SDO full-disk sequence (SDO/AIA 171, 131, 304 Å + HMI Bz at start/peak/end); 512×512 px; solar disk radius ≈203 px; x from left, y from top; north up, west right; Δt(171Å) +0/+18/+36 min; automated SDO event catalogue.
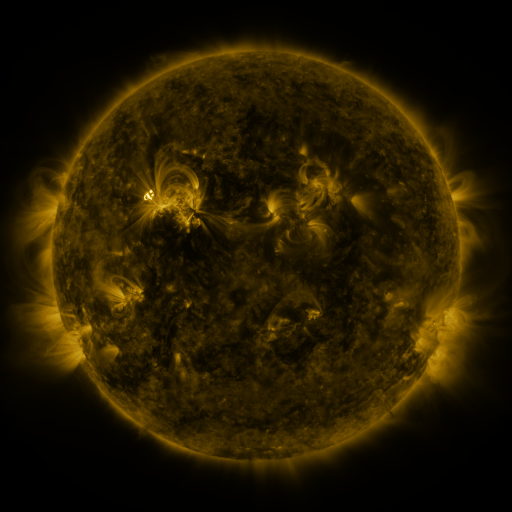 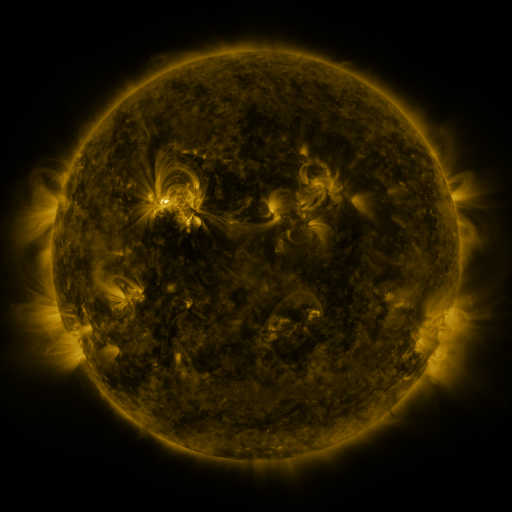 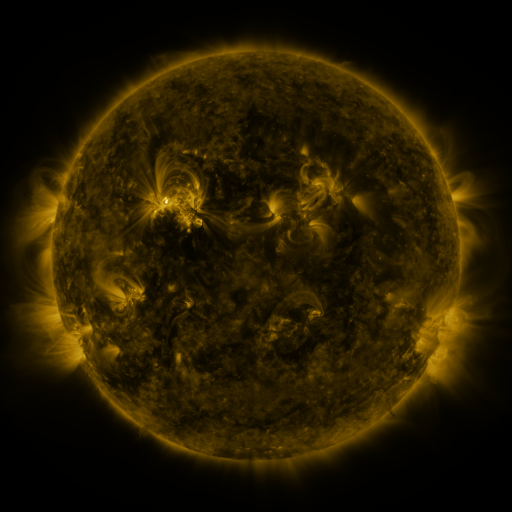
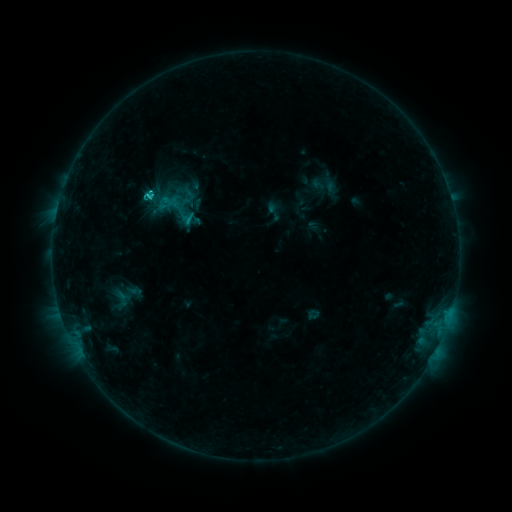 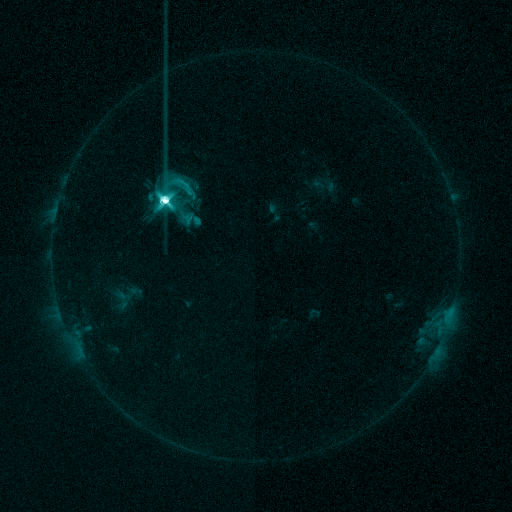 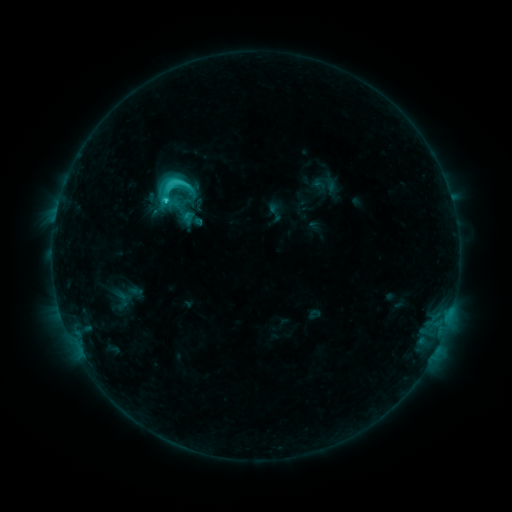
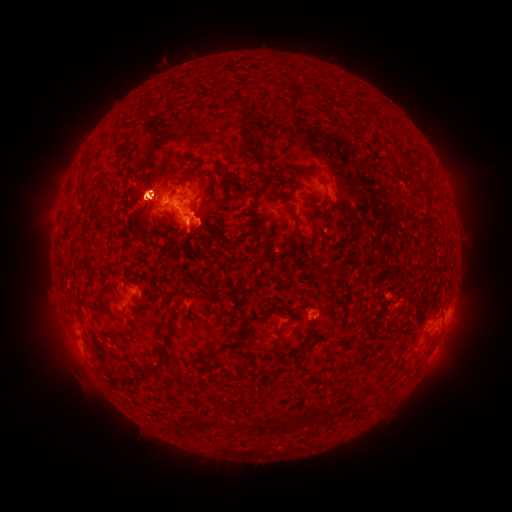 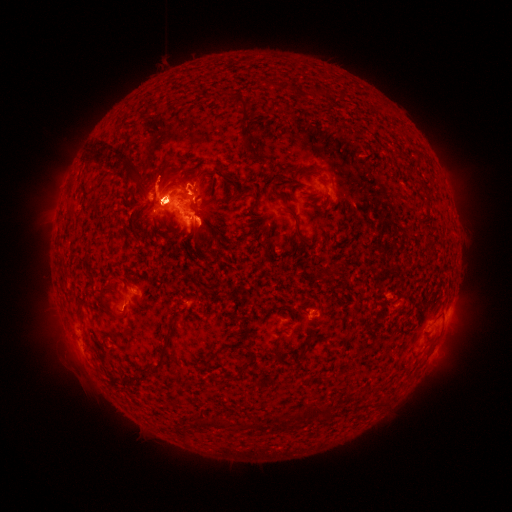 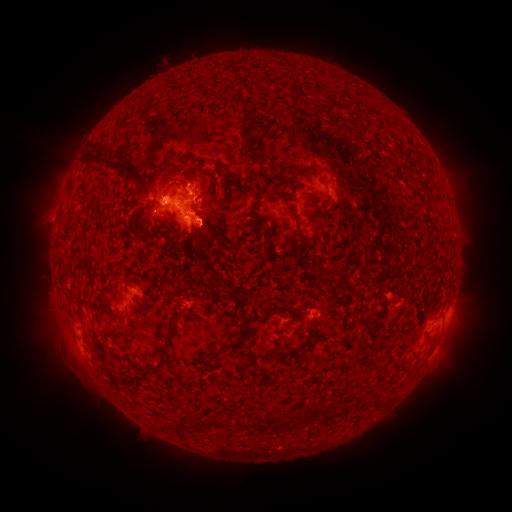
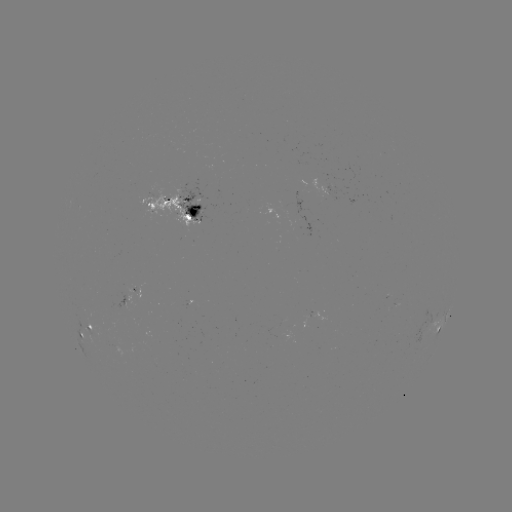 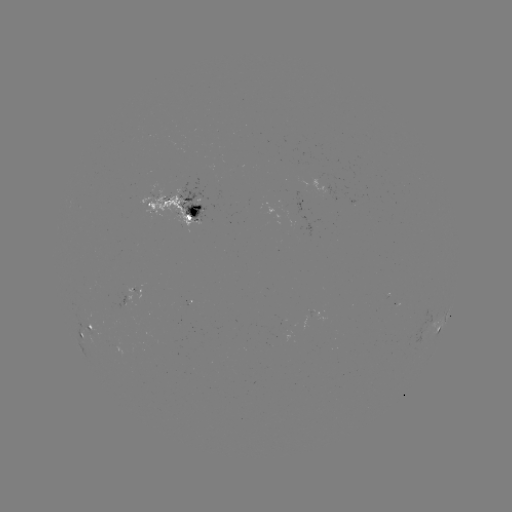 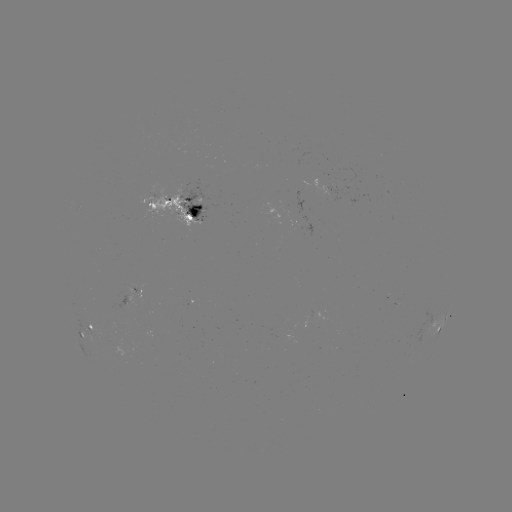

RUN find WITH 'eruption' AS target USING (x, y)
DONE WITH (153, 187) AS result